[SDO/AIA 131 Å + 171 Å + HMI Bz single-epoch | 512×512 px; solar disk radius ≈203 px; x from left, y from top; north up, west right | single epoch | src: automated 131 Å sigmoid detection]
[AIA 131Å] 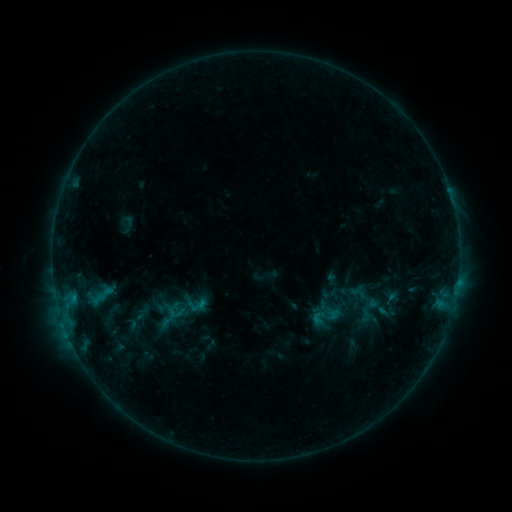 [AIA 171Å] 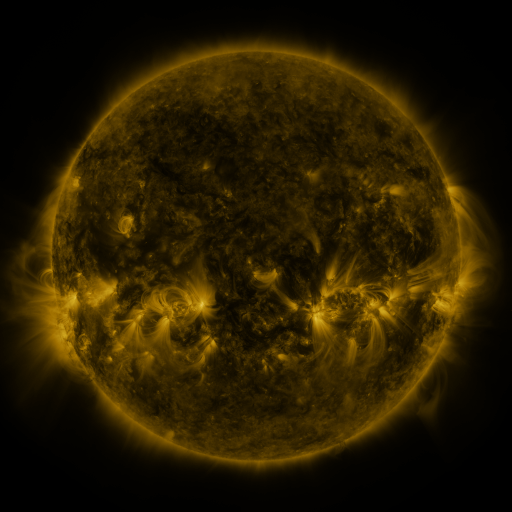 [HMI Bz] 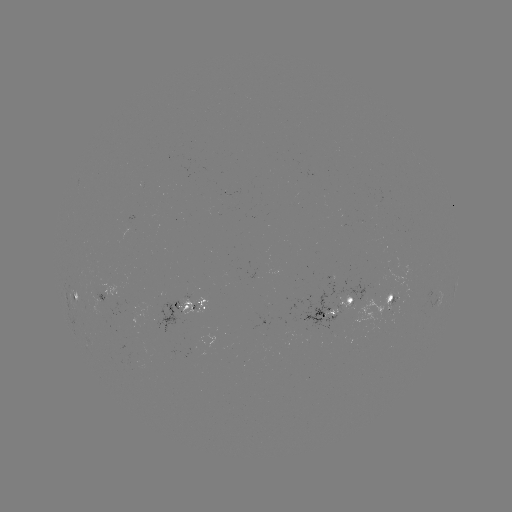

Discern sigmoid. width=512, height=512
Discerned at [142, 313].